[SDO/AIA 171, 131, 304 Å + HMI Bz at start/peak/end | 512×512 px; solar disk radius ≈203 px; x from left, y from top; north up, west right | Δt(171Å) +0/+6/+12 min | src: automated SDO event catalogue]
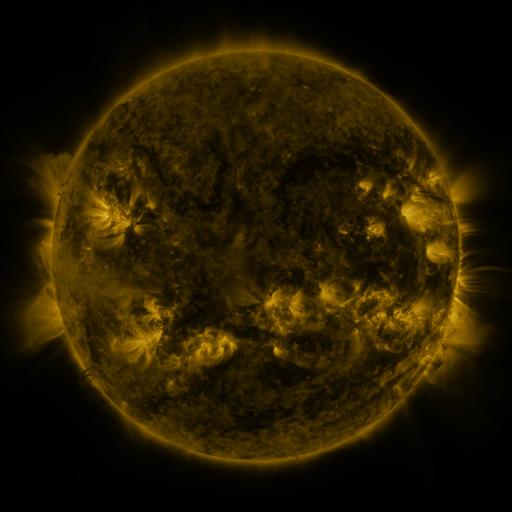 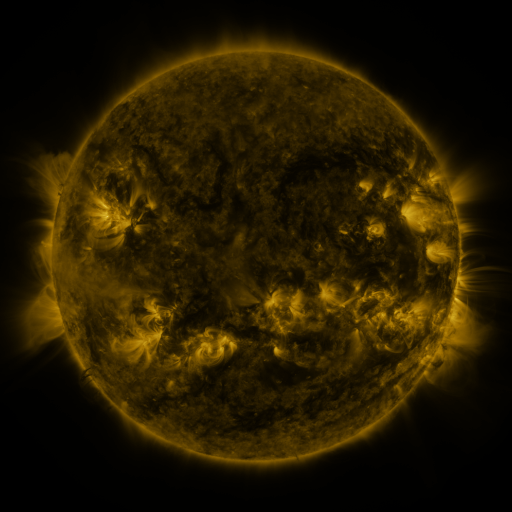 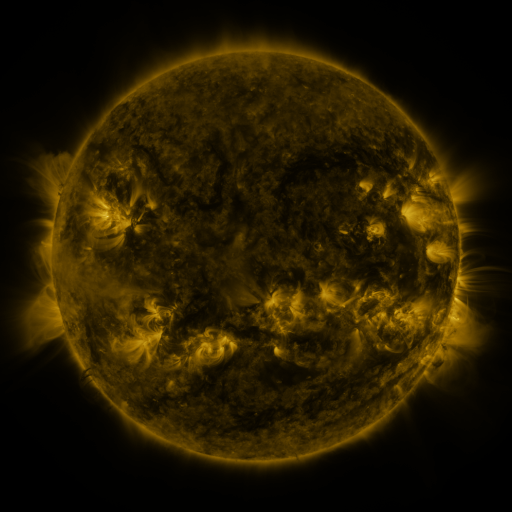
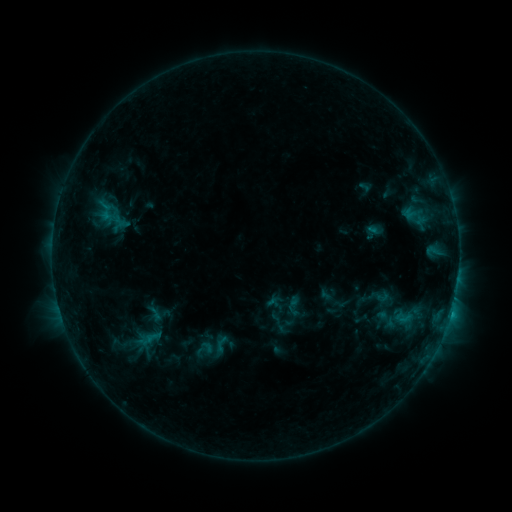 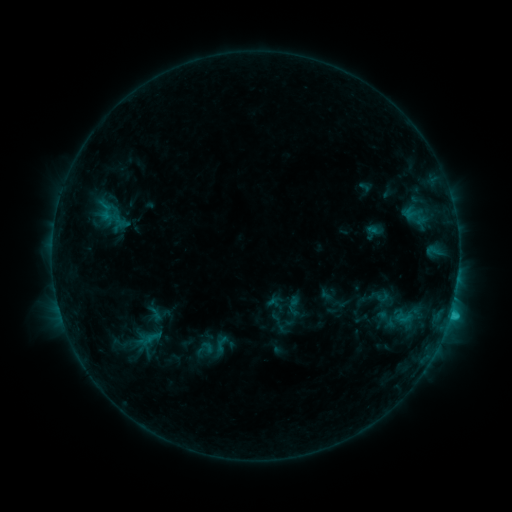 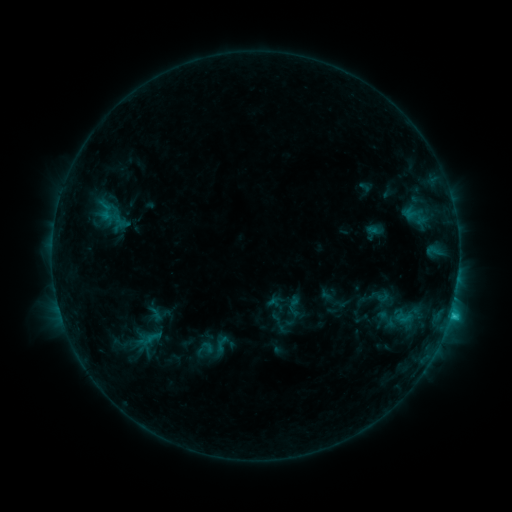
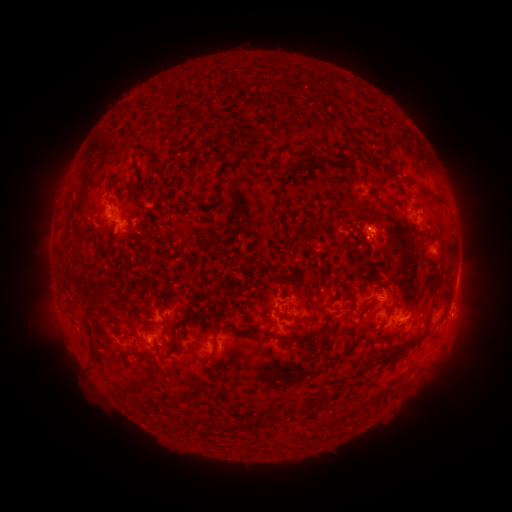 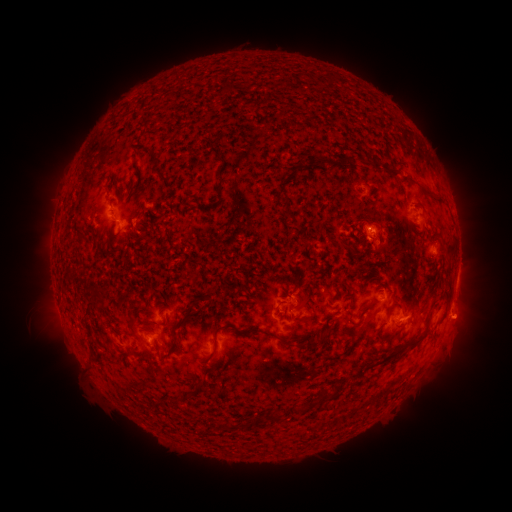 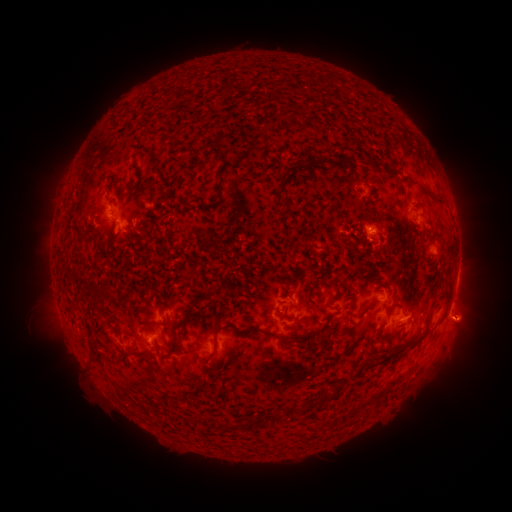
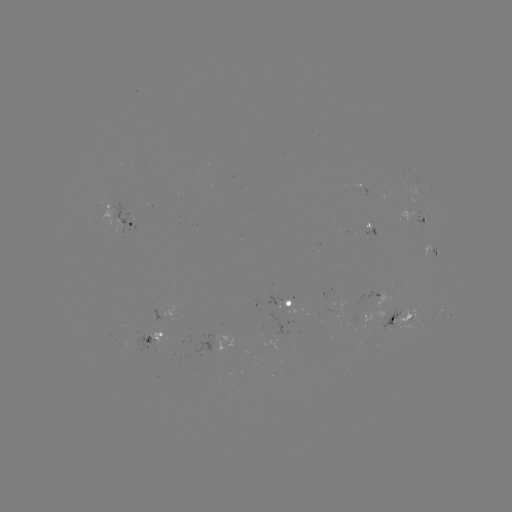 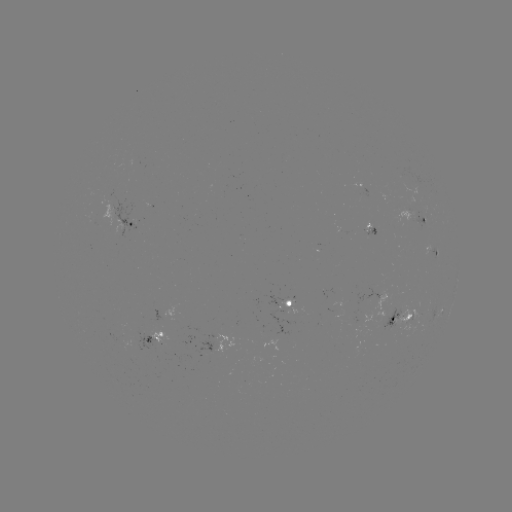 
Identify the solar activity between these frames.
C1.0 flare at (451, 312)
